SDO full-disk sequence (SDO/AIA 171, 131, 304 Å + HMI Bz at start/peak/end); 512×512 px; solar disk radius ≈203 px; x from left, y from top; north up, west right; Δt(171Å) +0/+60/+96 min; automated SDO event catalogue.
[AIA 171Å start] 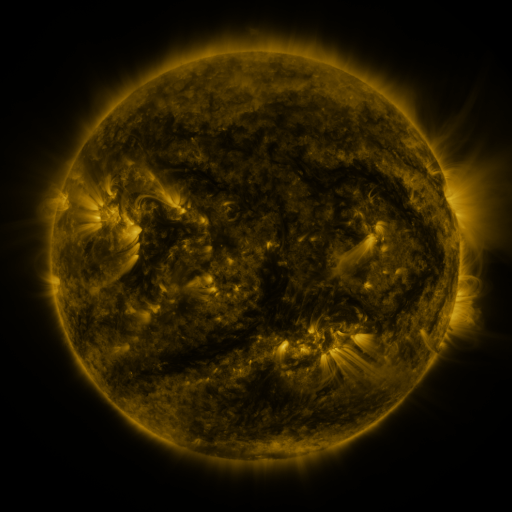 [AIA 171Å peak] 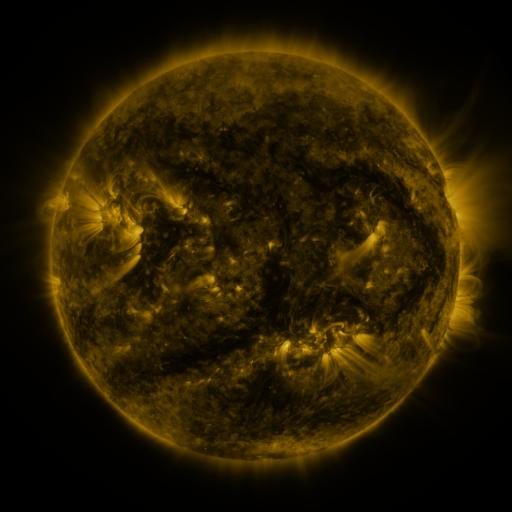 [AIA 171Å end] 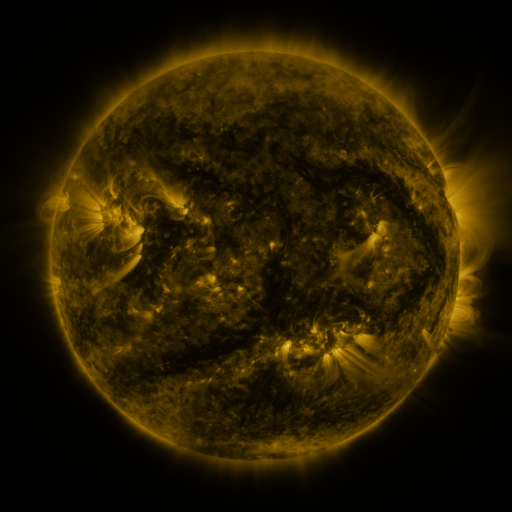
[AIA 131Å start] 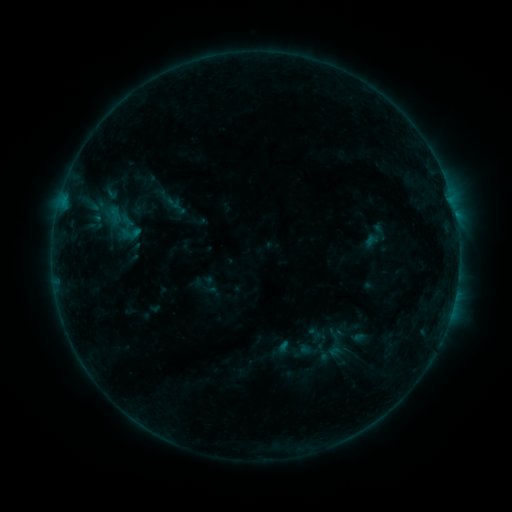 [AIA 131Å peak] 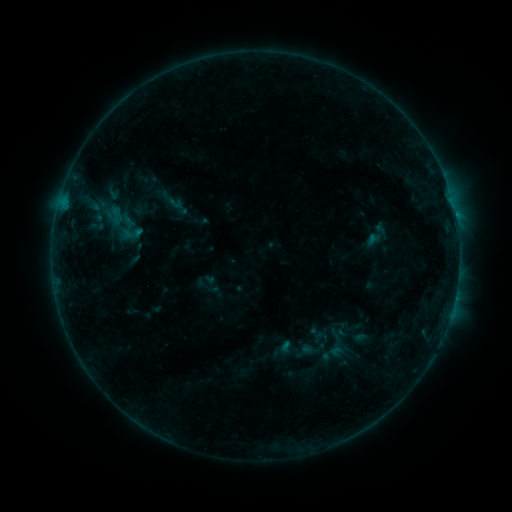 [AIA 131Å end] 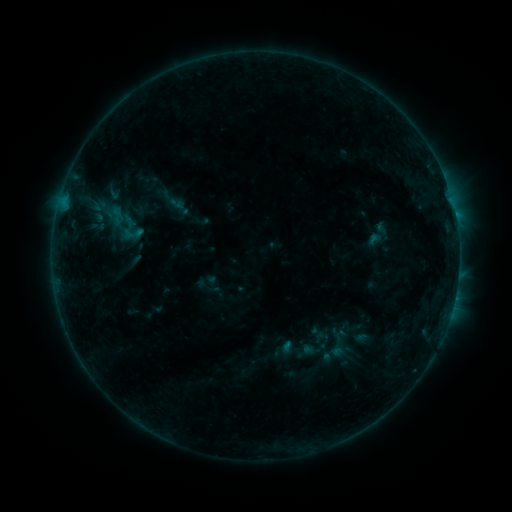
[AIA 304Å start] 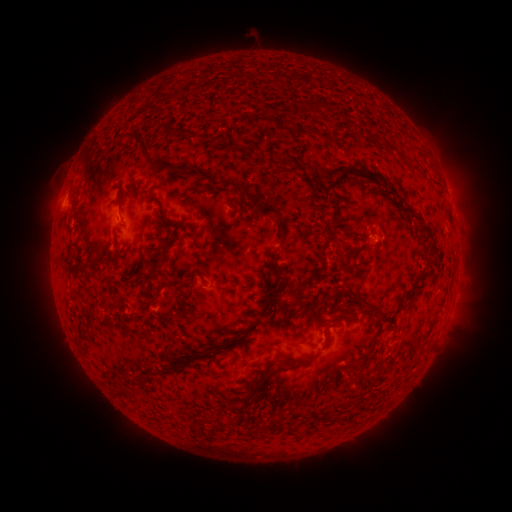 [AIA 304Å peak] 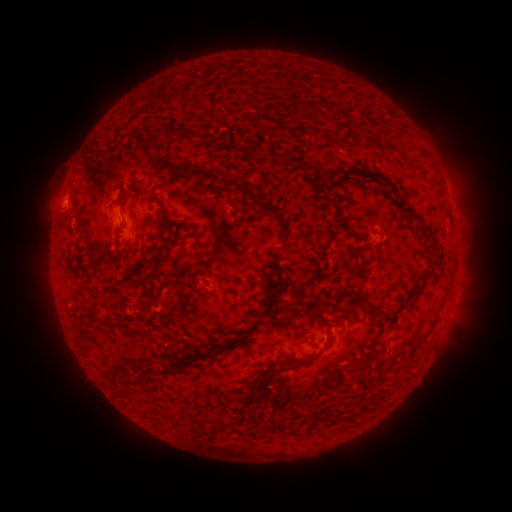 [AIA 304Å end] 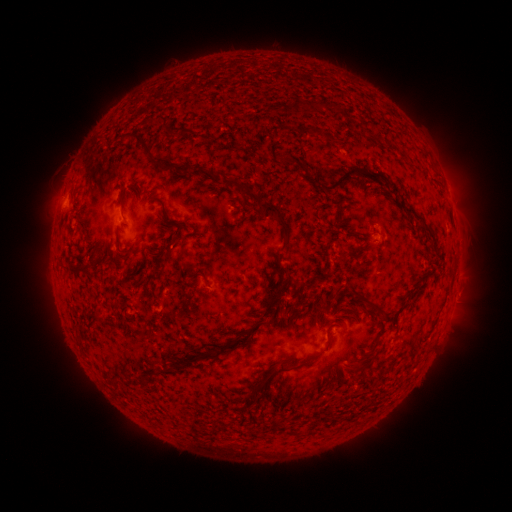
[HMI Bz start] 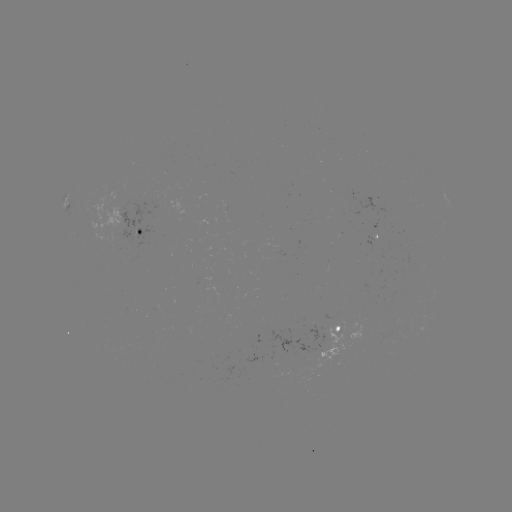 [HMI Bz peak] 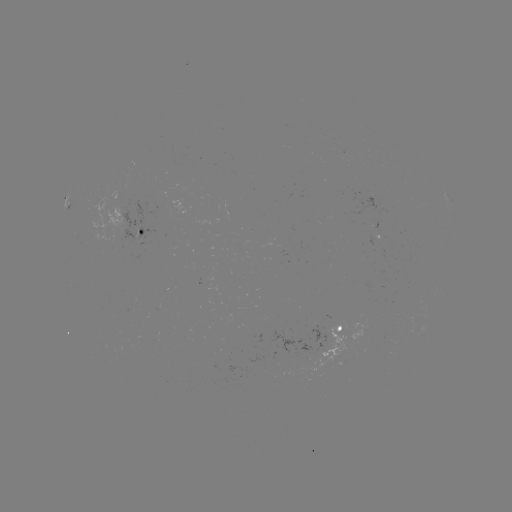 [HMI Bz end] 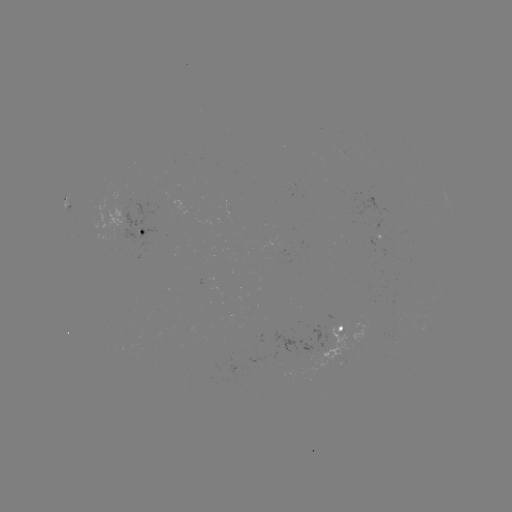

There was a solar emerging-flux region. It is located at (390, 339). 